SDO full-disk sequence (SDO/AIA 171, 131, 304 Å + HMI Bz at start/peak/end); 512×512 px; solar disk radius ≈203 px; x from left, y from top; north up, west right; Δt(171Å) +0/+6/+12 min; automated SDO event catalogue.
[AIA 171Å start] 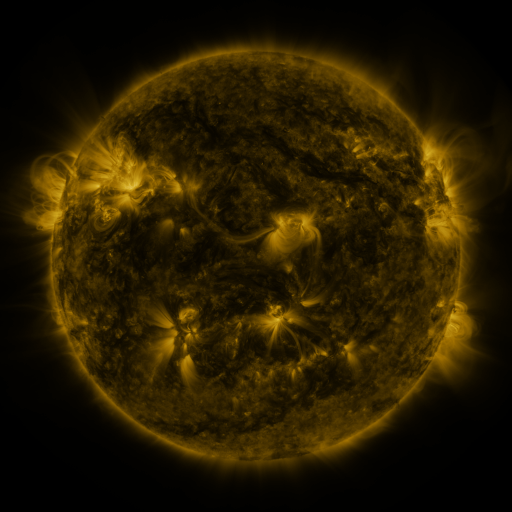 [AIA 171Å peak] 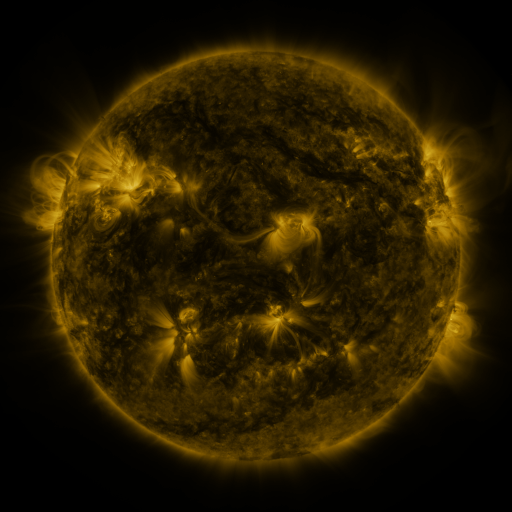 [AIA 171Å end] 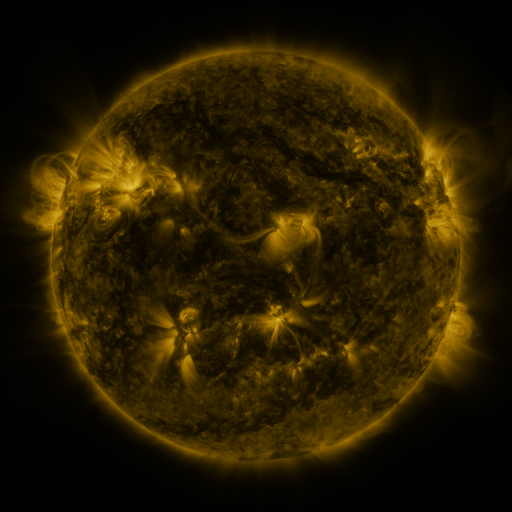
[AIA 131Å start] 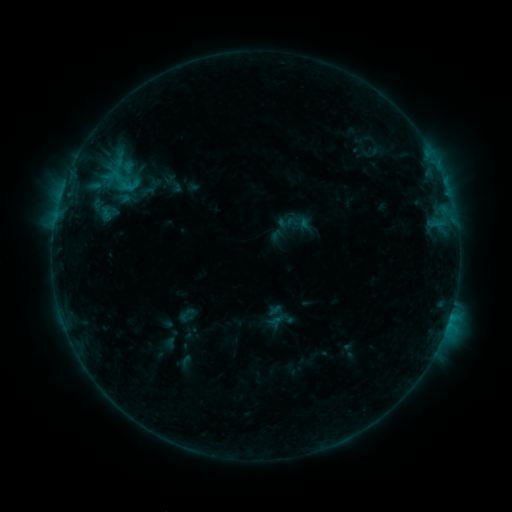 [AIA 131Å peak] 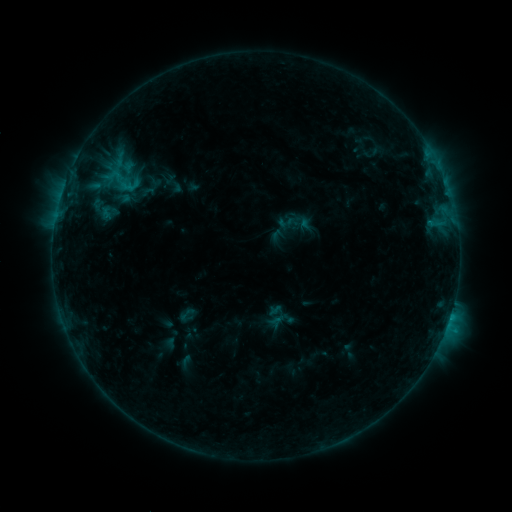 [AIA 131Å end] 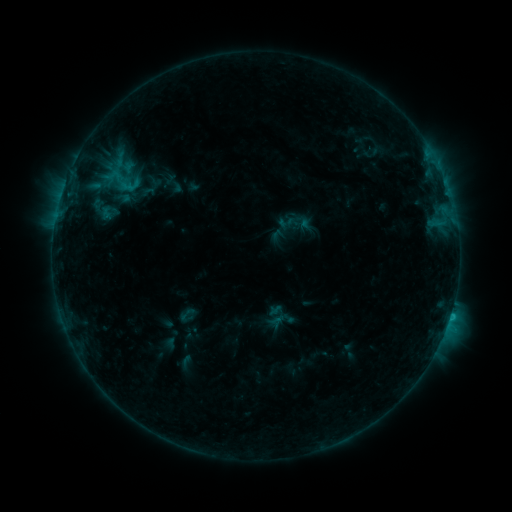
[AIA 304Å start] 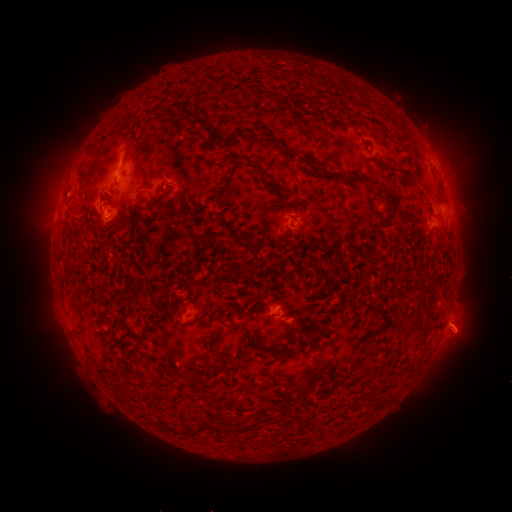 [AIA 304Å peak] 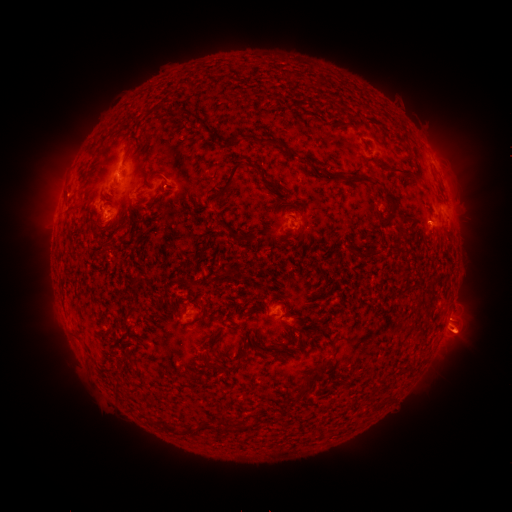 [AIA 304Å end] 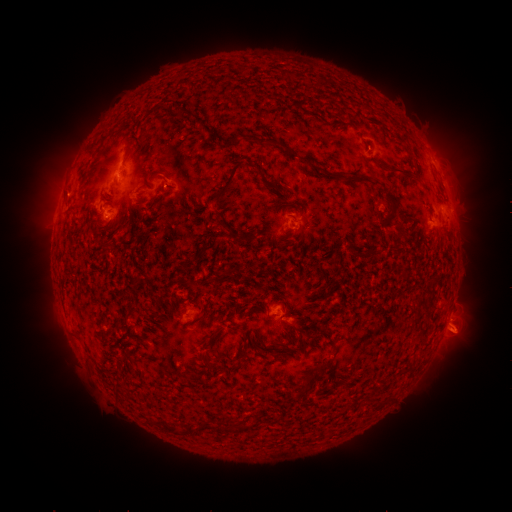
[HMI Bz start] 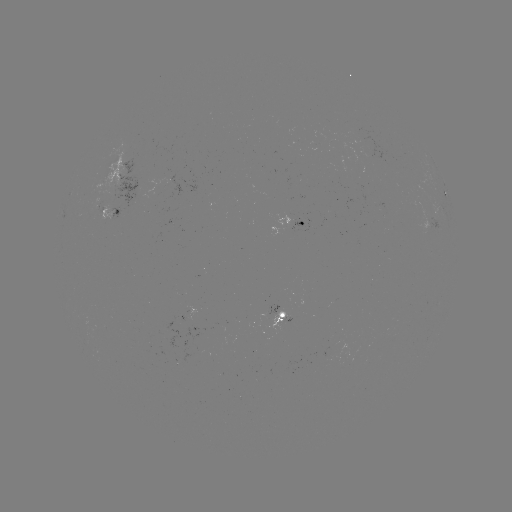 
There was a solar eruption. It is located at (462, 340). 